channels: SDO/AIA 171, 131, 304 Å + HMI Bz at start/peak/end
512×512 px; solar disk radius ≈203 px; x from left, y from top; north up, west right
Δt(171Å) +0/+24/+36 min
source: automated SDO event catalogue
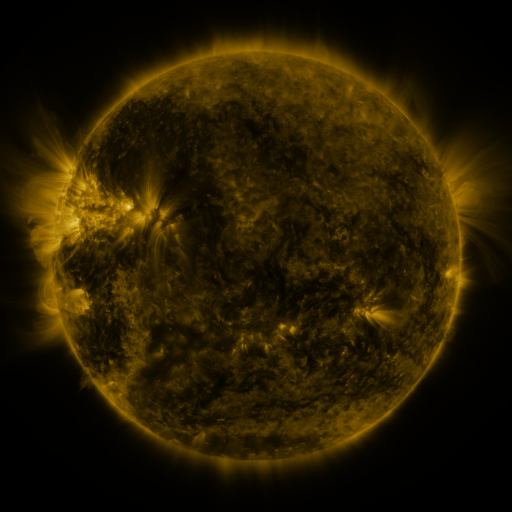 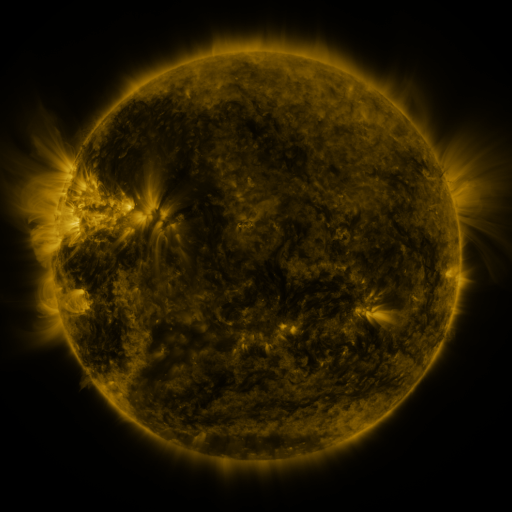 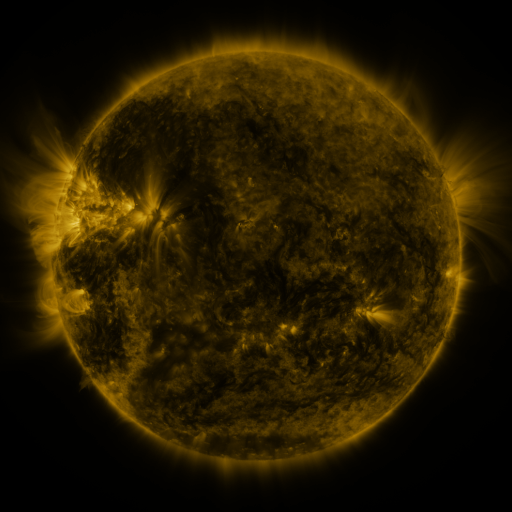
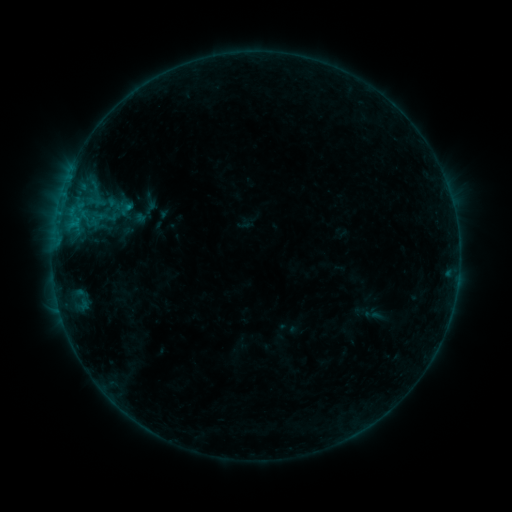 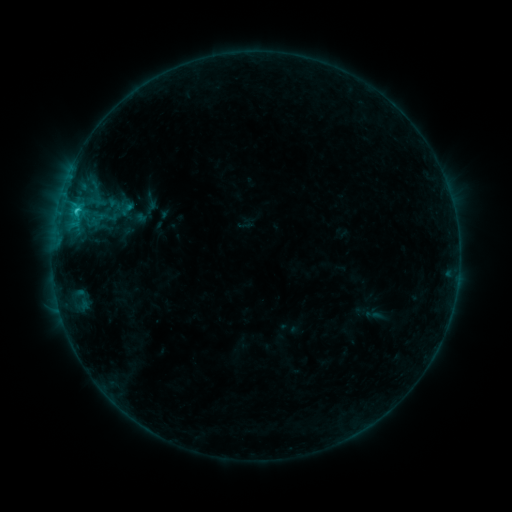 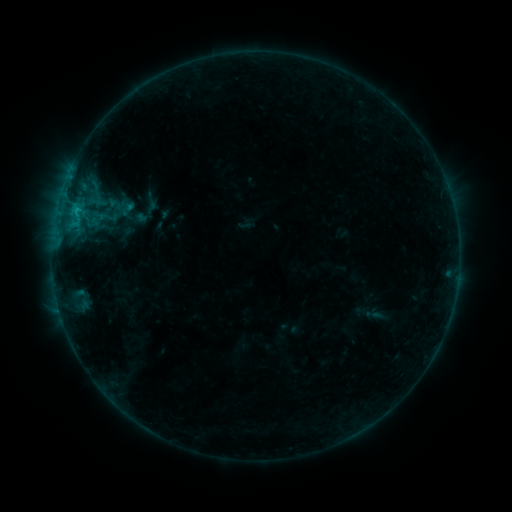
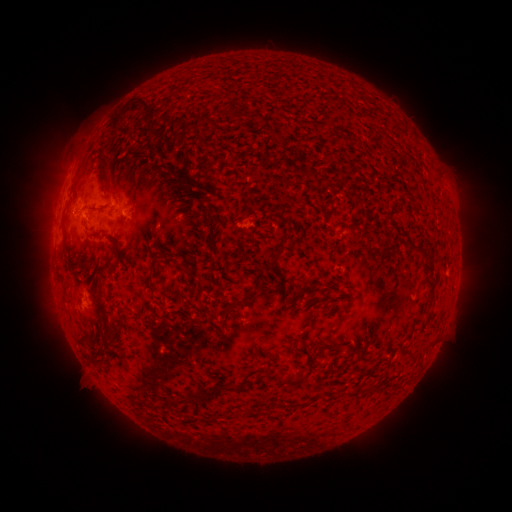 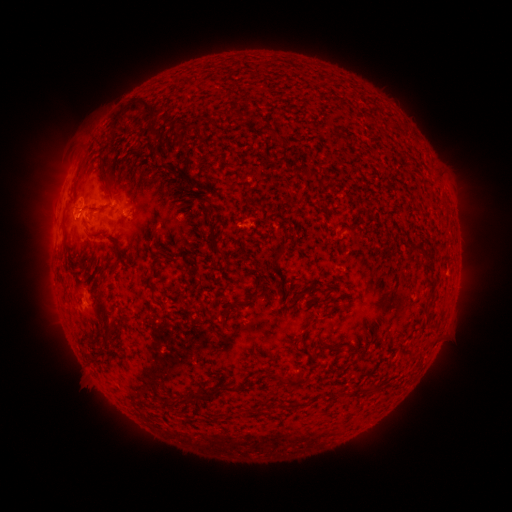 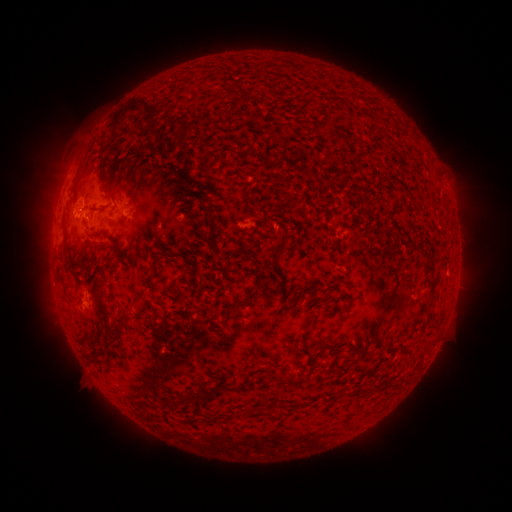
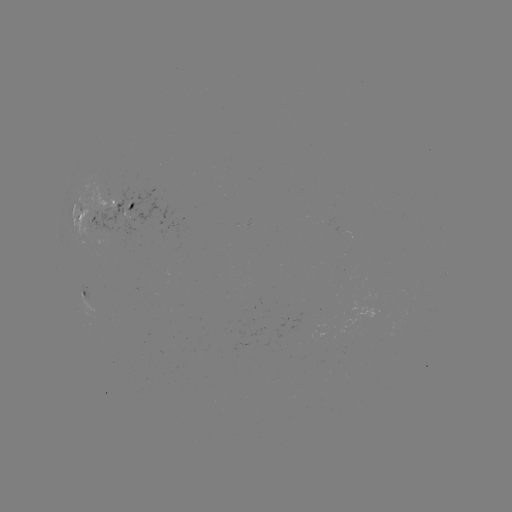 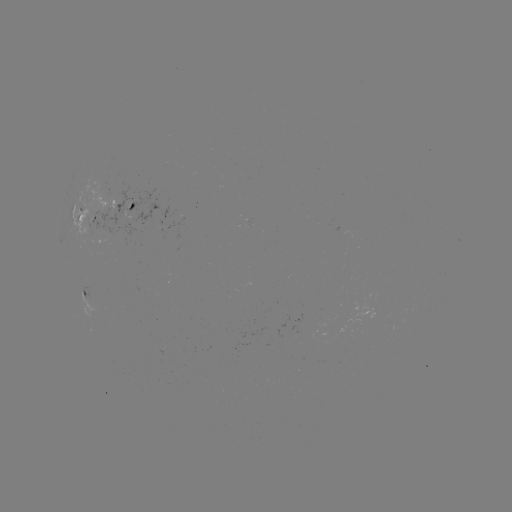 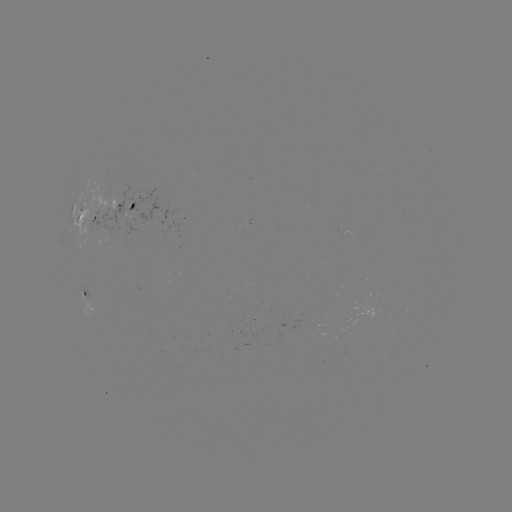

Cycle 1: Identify C1.0 flare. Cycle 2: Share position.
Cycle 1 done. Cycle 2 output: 77,214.